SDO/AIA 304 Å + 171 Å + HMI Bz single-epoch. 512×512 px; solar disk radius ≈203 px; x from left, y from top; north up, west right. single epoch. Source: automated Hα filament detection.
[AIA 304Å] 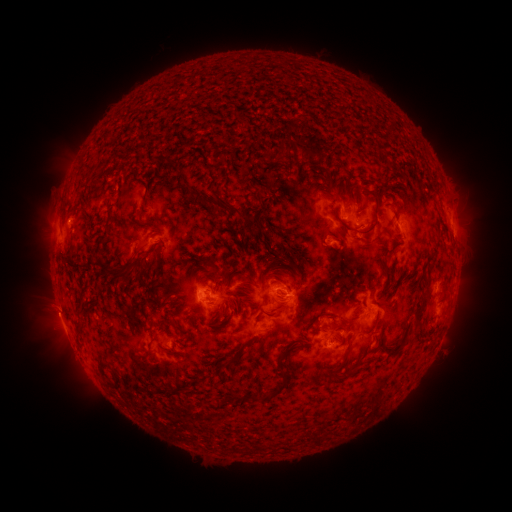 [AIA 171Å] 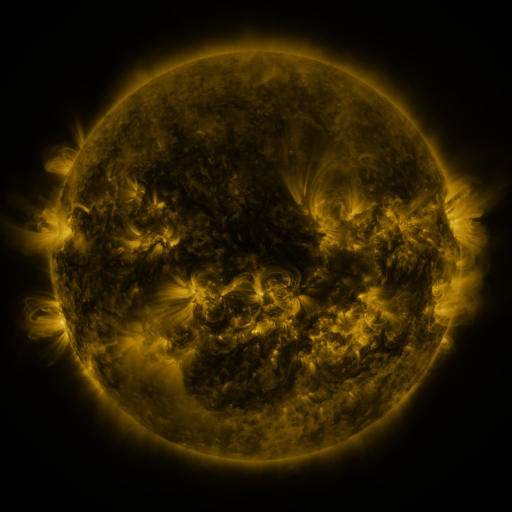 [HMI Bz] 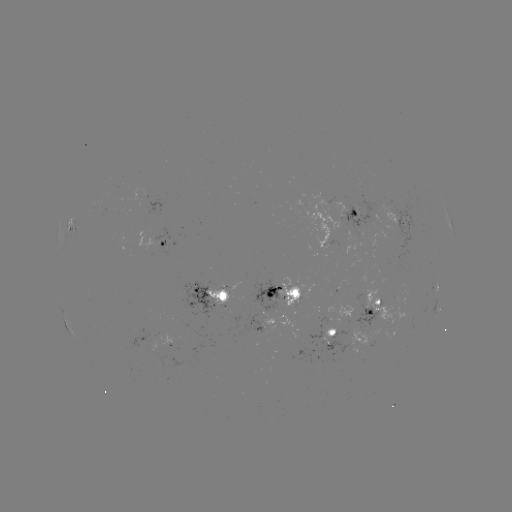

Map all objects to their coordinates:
filament: (287, 150)
filament: (338, 196)
filament: (221, 202)
filament: (375, 207)
filament: (353, 211)
filament: (150, 226)
filament: (348, 226)
filament: (155, 247)
filament: (157, 262)
filament: (143, 267)
filament: (213, 267)
filament: (117, 275)
filament: (237, 276)
filament: (298, 282)
filament: (354, 289)
filament: (423, 303)
filament: (81, 305)
filament: (175, 309)
filament: (226, 326)
filament: (186, 333)
filament: (292, 349)
filament: (348, 352)
filament: (232, 362)
filament: (105, 366)
filament: (333, 369)
filament: (350, 372)
filament: (119, 379)
filament: (285, 385)
filament: (258, 397)
